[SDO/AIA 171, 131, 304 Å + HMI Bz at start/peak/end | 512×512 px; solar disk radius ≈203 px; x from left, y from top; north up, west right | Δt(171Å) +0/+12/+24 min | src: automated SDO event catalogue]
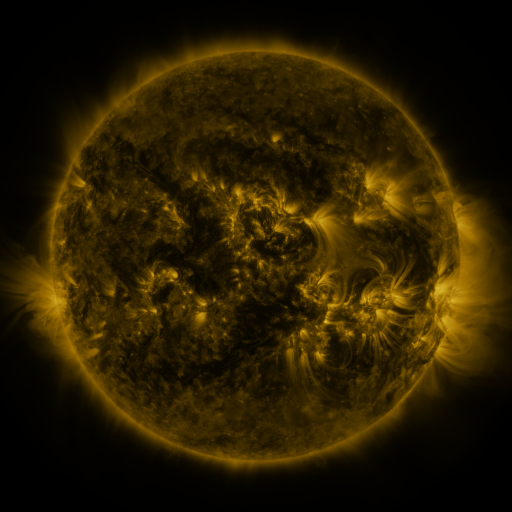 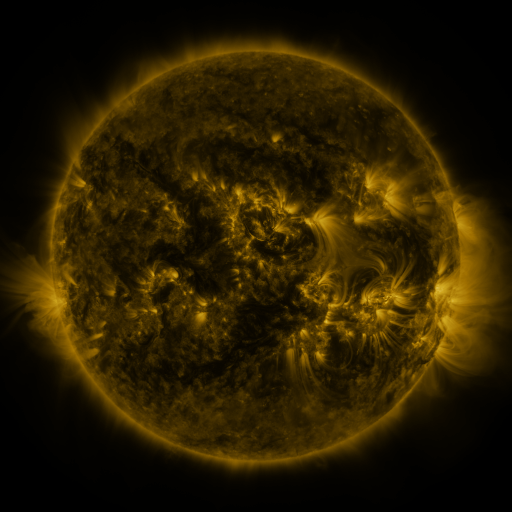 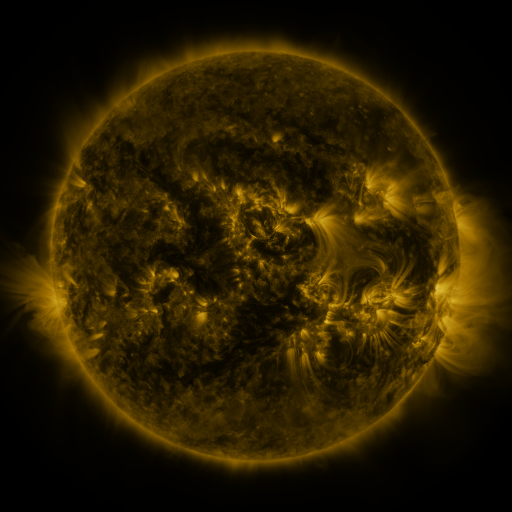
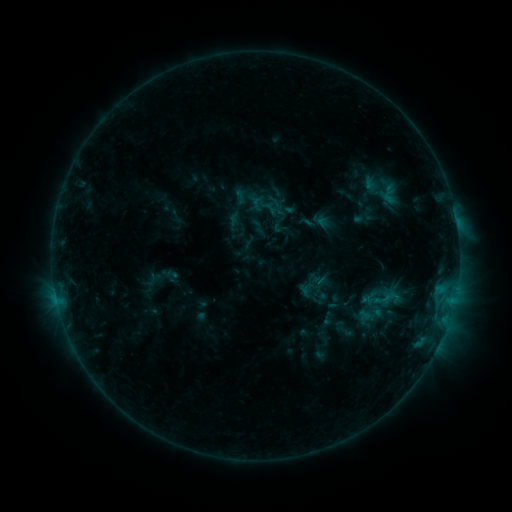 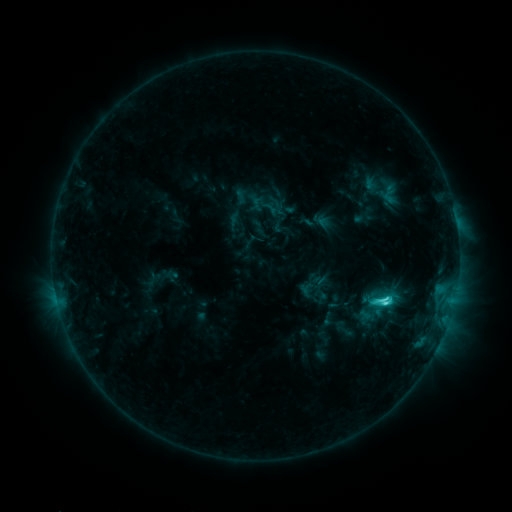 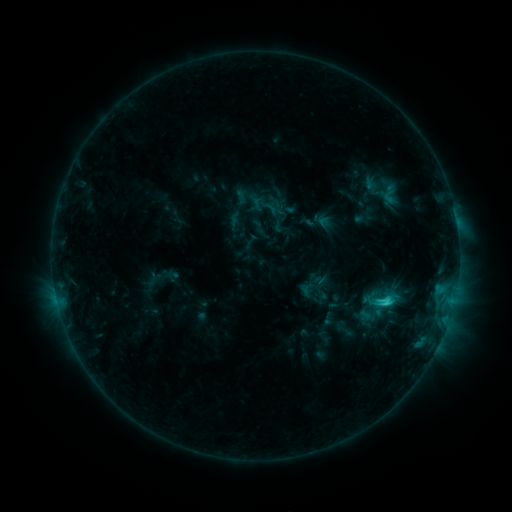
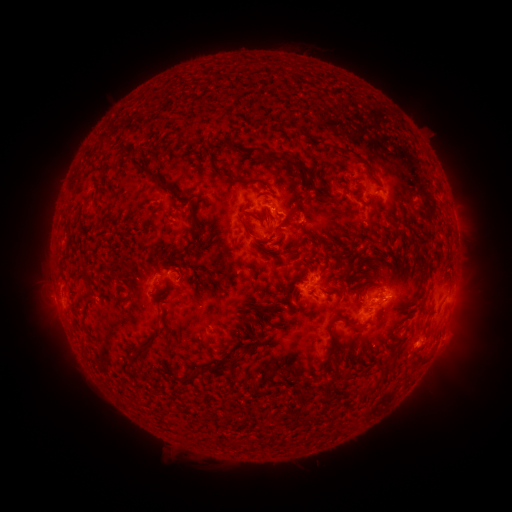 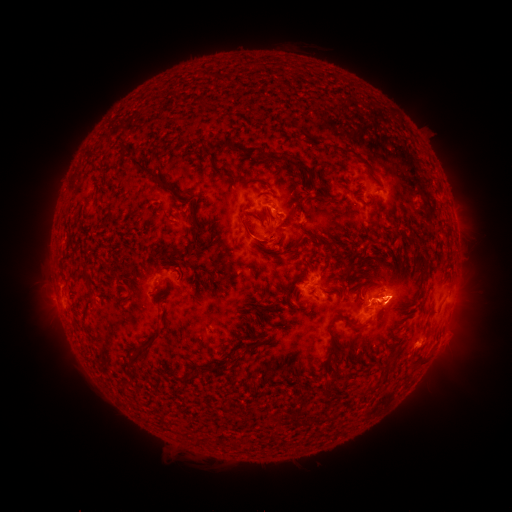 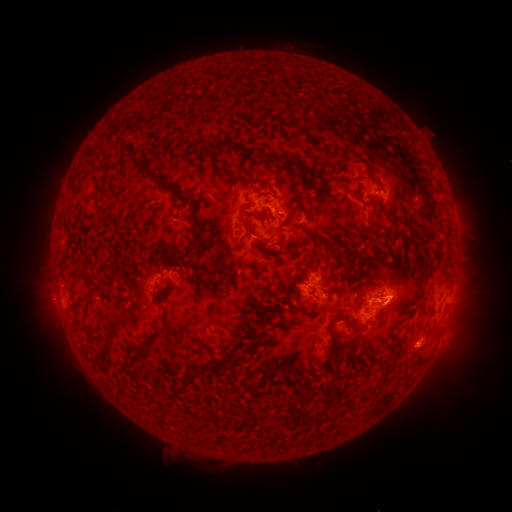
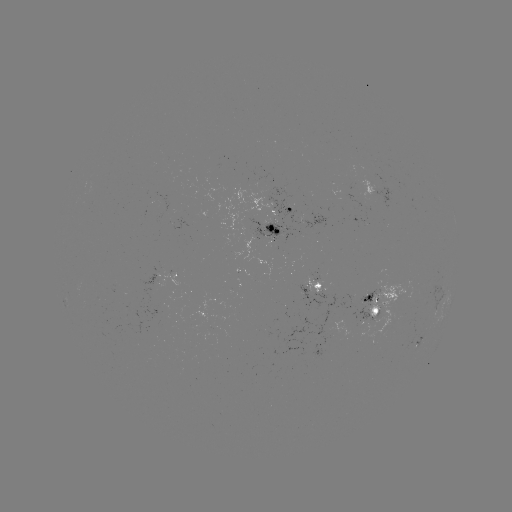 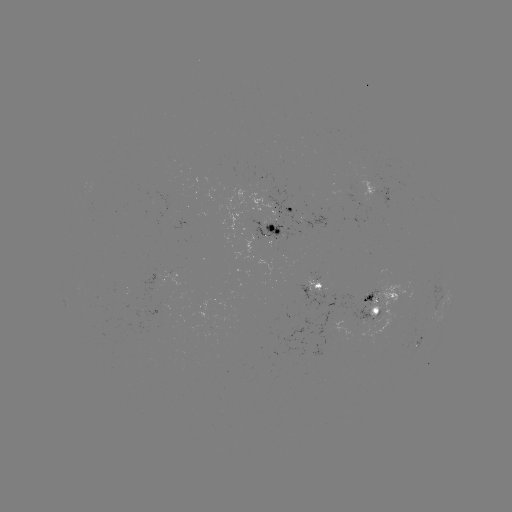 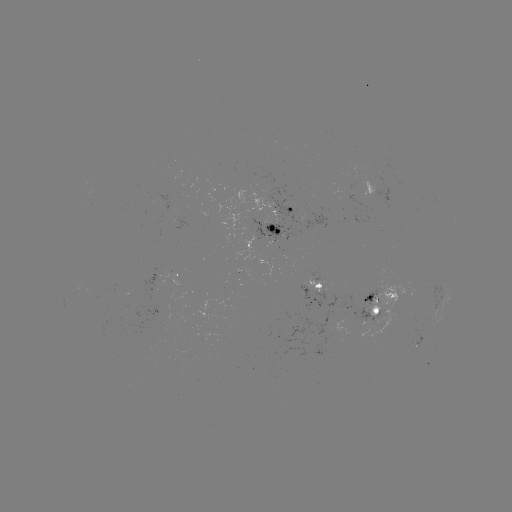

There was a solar flare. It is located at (383, 299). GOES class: C3.6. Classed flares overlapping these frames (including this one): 1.